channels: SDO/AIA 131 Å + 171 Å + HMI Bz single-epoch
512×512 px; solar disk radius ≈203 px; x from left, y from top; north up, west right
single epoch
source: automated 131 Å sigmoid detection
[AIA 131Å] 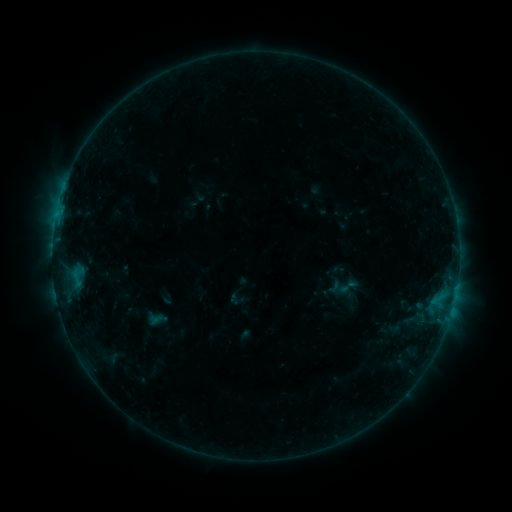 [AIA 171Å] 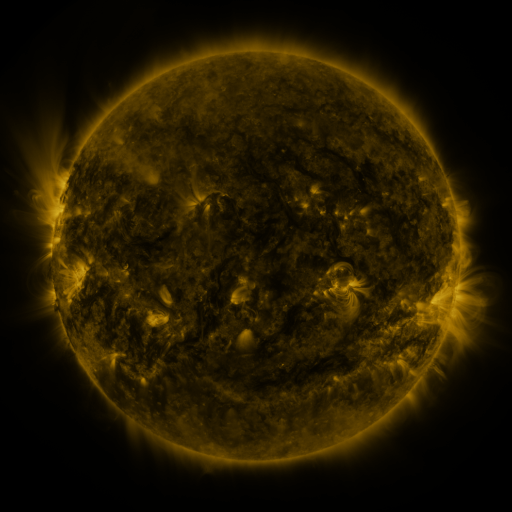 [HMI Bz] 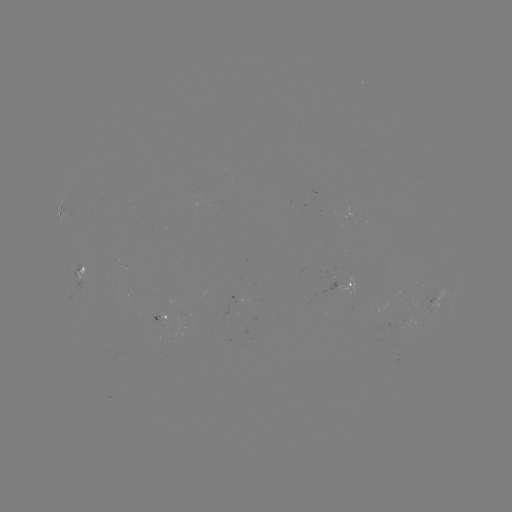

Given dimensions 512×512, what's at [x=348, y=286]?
sigmoid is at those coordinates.